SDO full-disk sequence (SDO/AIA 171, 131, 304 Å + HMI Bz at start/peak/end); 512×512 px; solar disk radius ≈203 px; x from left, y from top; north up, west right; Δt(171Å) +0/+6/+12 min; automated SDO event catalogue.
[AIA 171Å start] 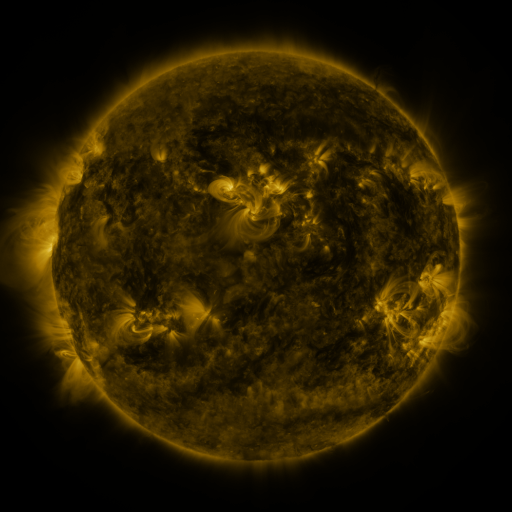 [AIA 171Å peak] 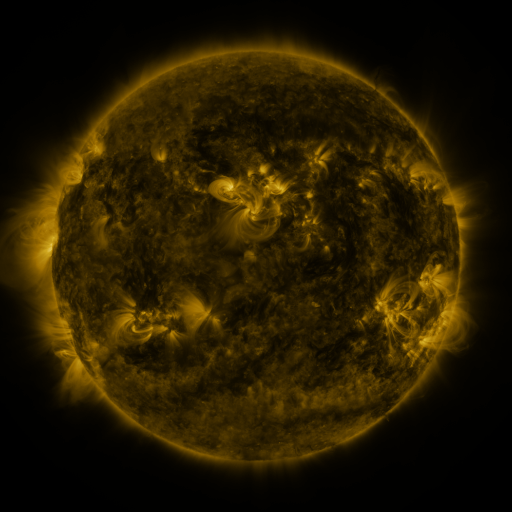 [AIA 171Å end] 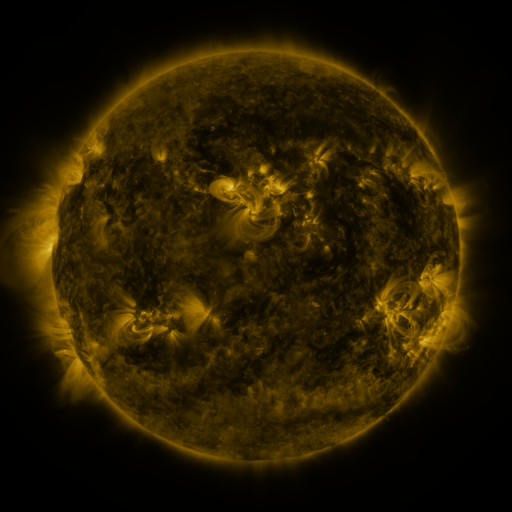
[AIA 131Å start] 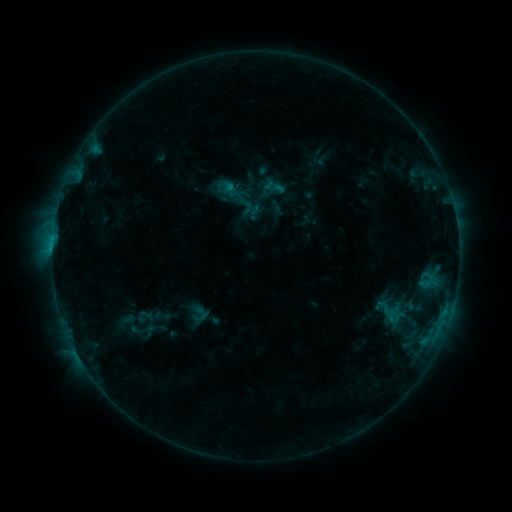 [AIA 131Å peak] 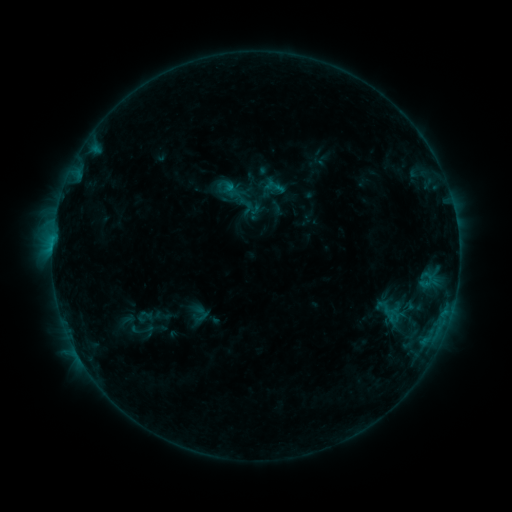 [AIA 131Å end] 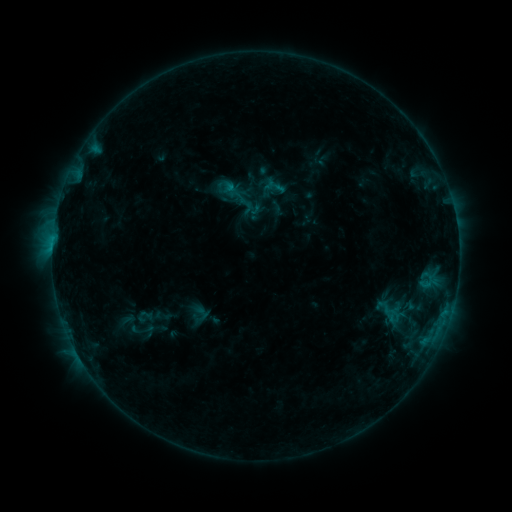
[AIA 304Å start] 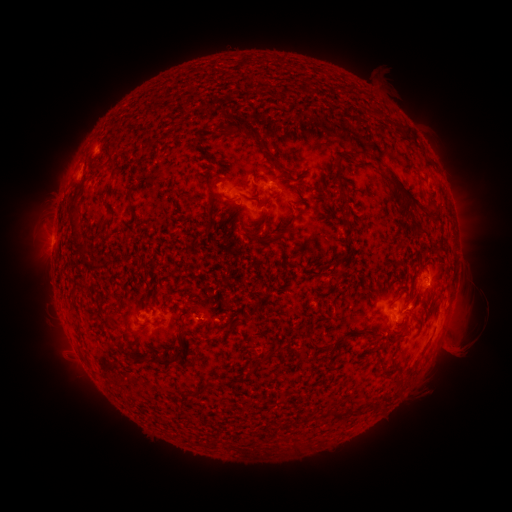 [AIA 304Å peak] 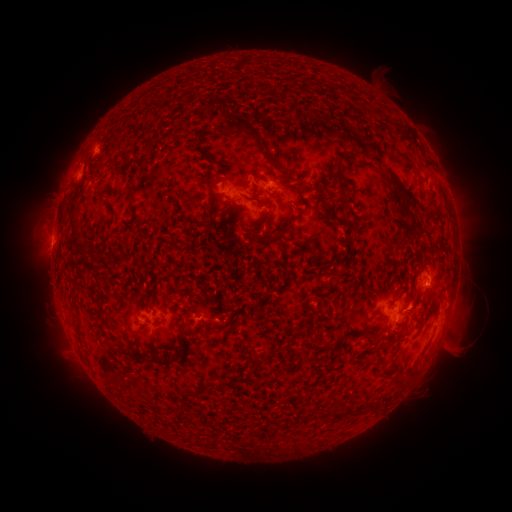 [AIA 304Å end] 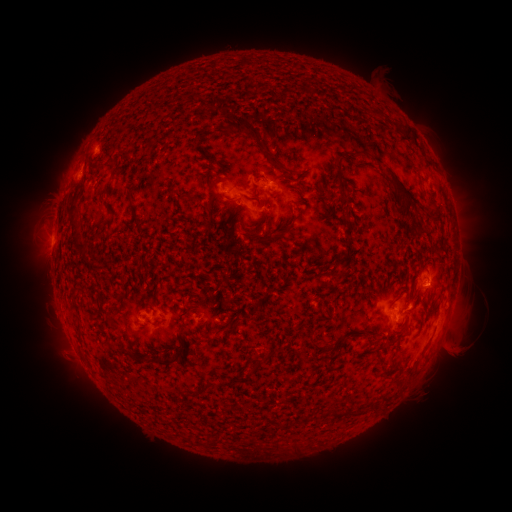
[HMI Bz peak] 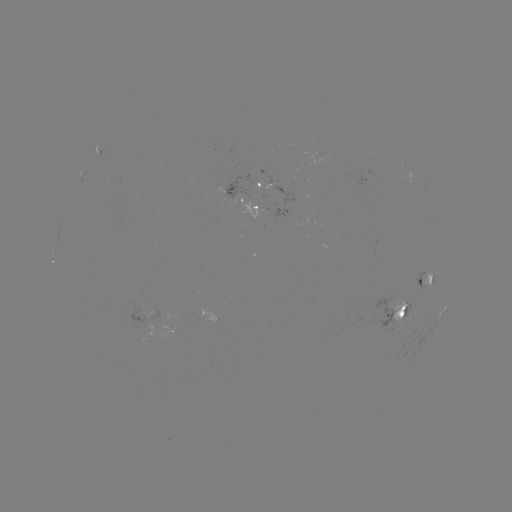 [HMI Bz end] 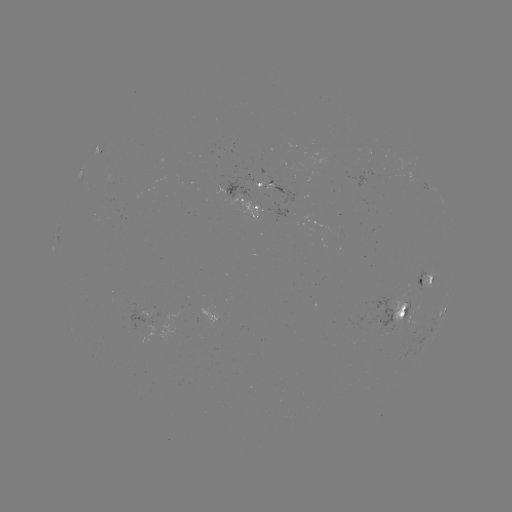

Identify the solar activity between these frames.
no classed flare was catalogued and no EUV brightening was flagged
